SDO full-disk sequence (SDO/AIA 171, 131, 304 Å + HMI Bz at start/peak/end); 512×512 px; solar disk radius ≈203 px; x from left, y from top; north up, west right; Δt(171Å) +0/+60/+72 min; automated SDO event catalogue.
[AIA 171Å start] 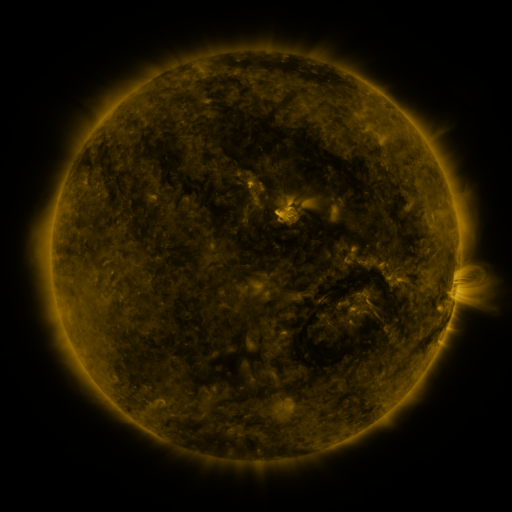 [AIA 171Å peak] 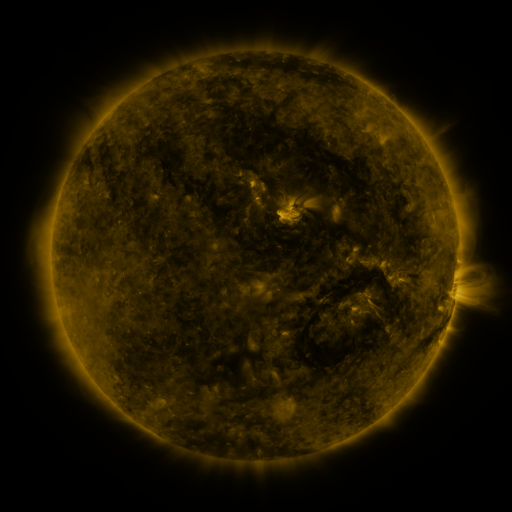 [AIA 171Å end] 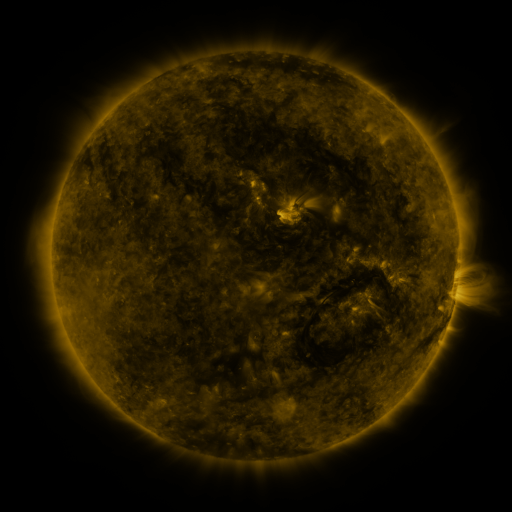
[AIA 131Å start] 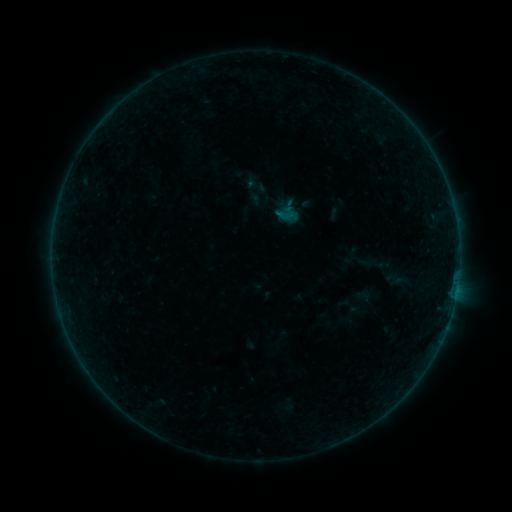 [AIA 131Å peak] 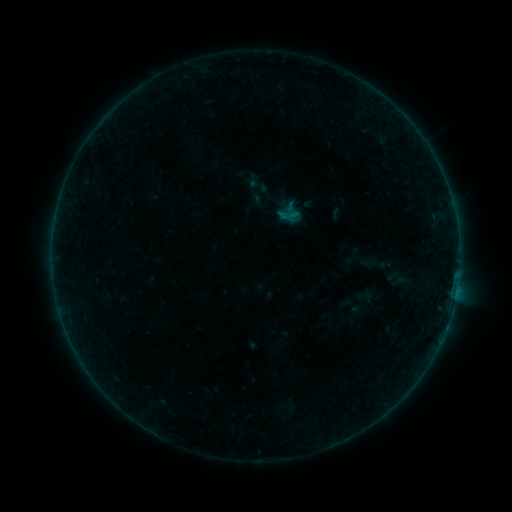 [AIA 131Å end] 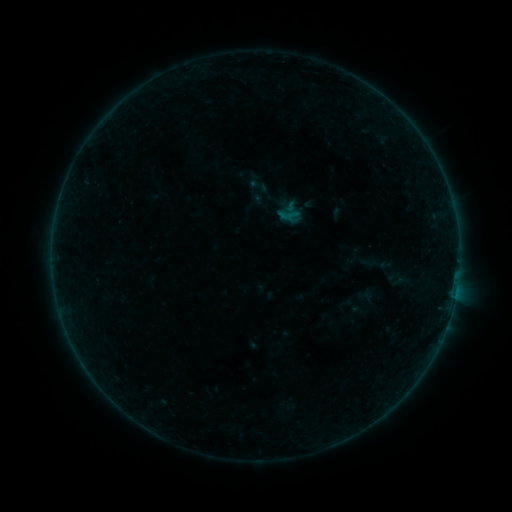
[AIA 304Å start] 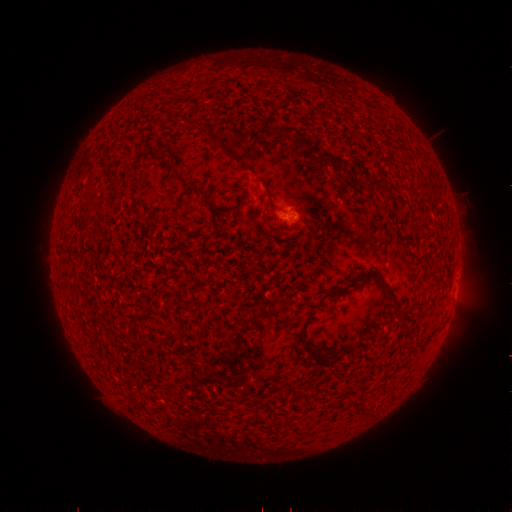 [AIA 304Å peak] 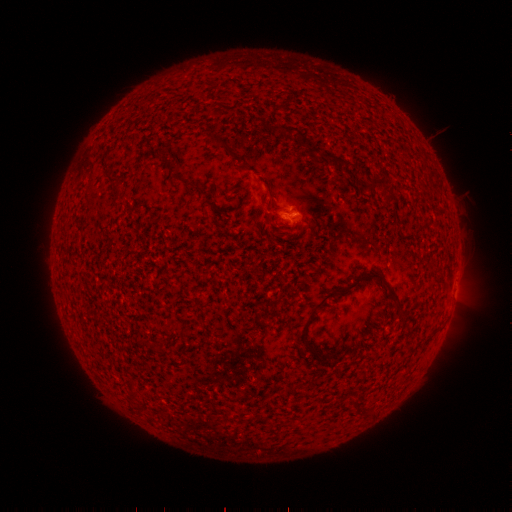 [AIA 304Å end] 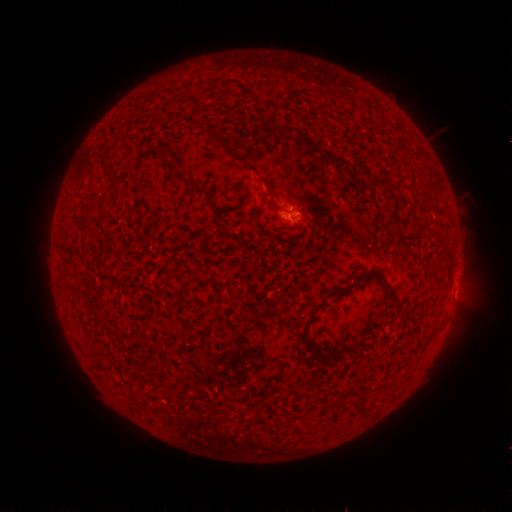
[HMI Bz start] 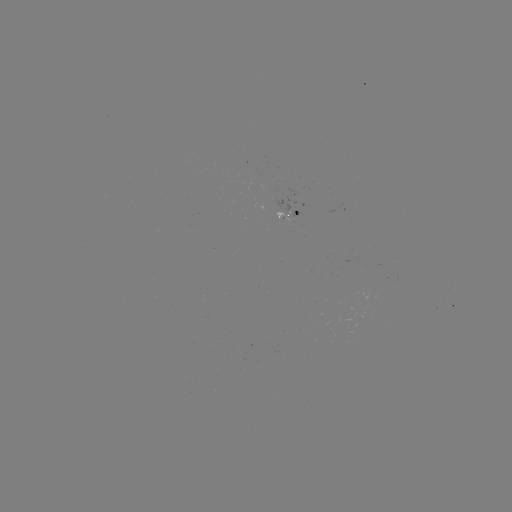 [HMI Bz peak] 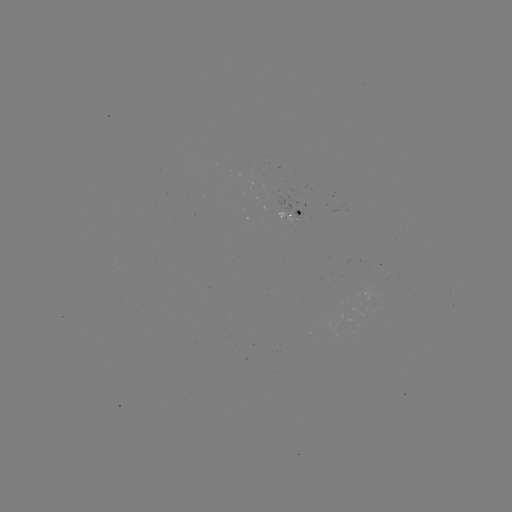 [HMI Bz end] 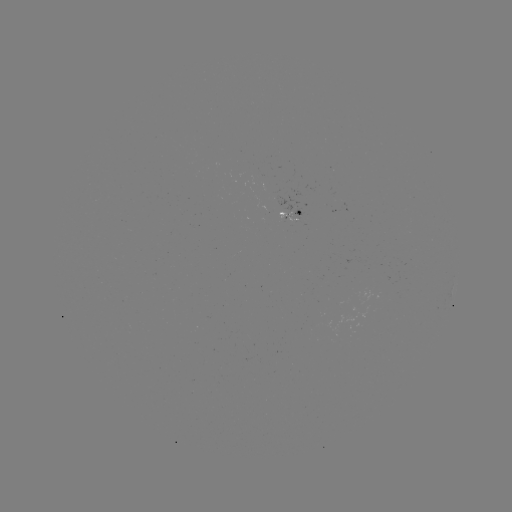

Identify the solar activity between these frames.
emerging-flux region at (296, 216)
